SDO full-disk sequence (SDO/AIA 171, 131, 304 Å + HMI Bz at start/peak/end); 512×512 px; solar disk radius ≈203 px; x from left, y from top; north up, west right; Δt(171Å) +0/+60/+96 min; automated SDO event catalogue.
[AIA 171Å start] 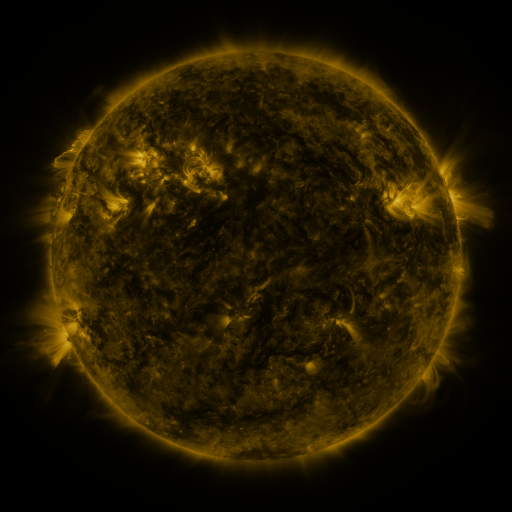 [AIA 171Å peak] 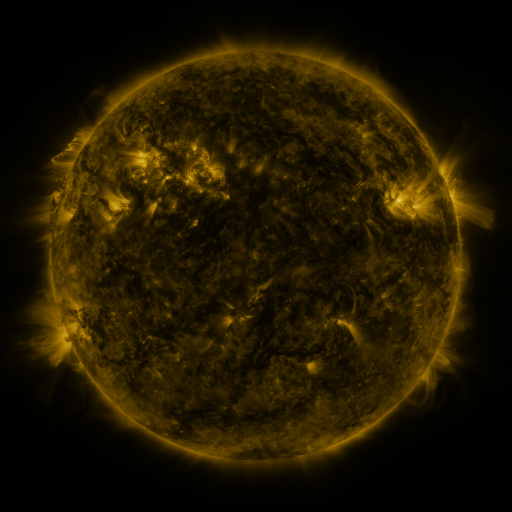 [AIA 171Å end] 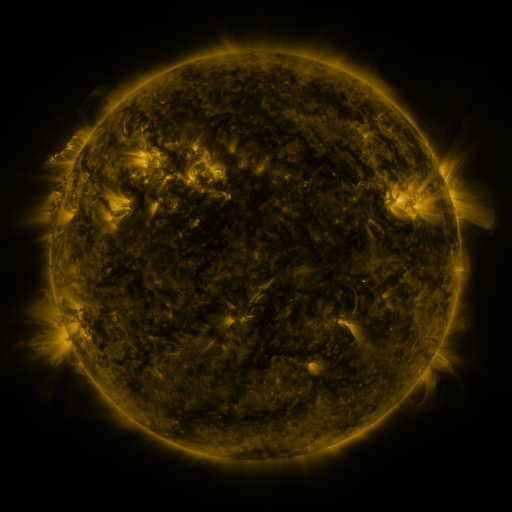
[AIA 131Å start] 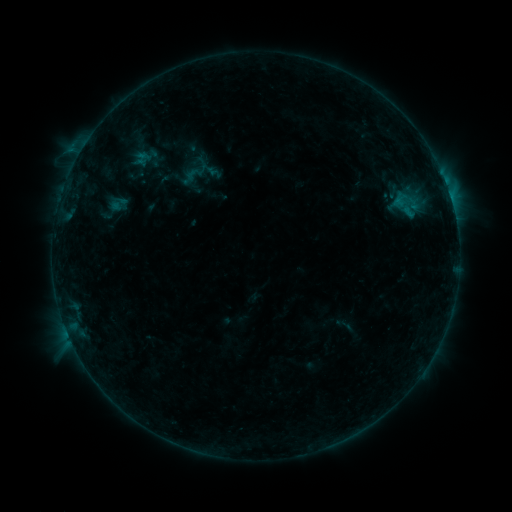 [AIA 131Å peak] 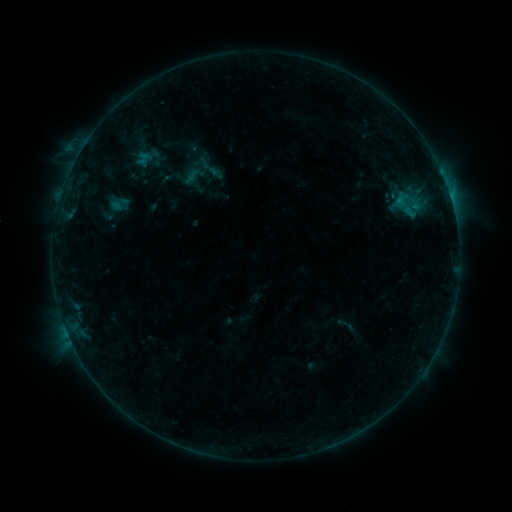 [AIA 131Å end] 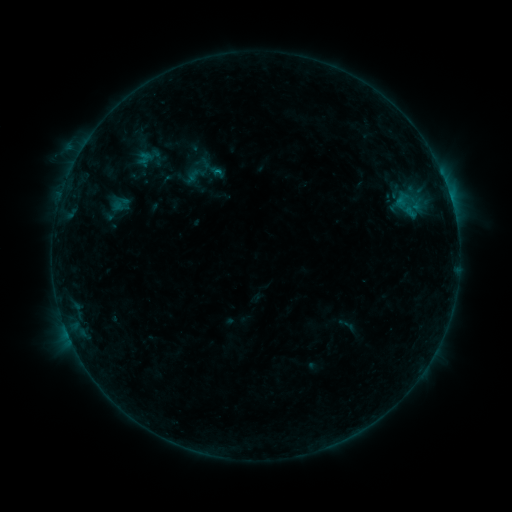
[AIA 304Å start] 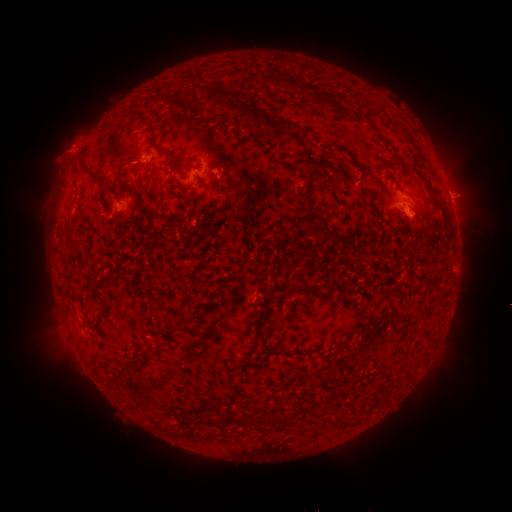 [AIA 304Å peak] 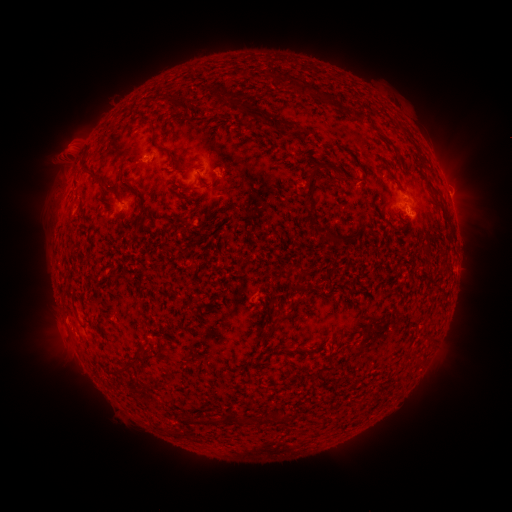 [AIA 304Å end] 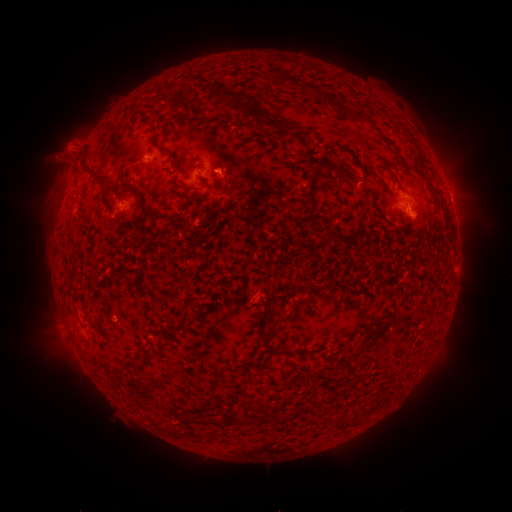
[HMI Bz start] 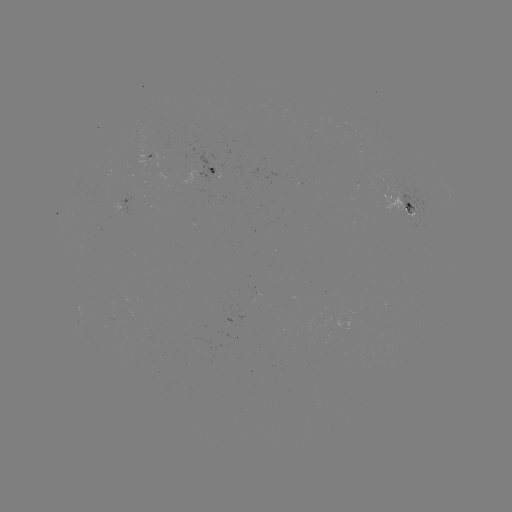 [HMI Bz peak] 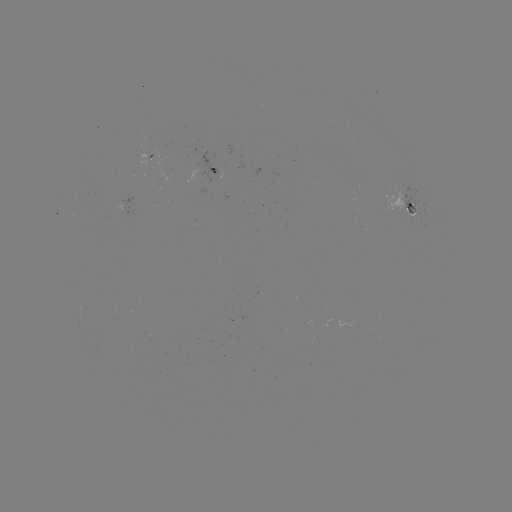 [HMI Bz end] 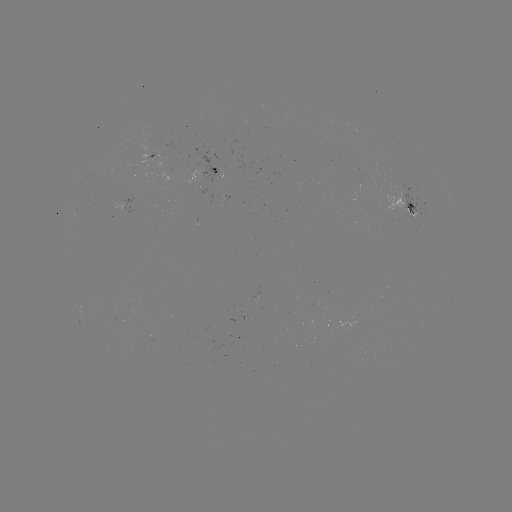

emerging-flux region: (218, 198, 228, 207)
